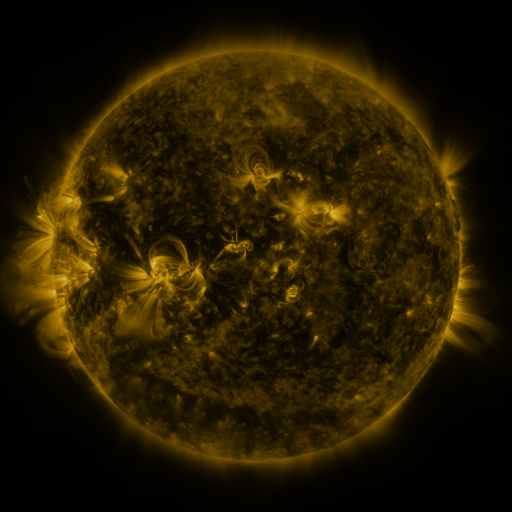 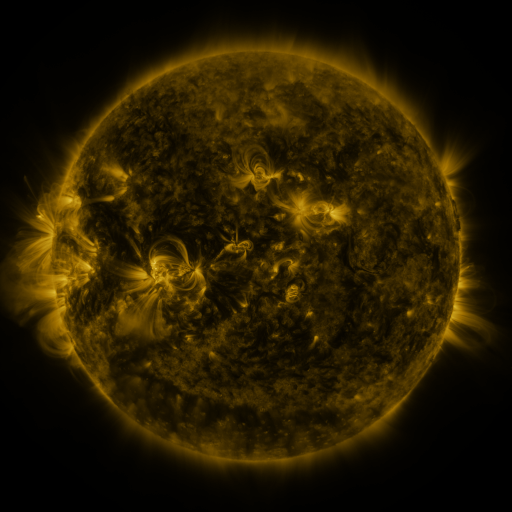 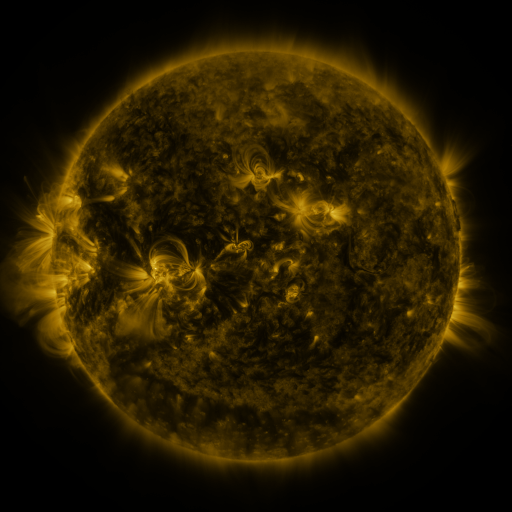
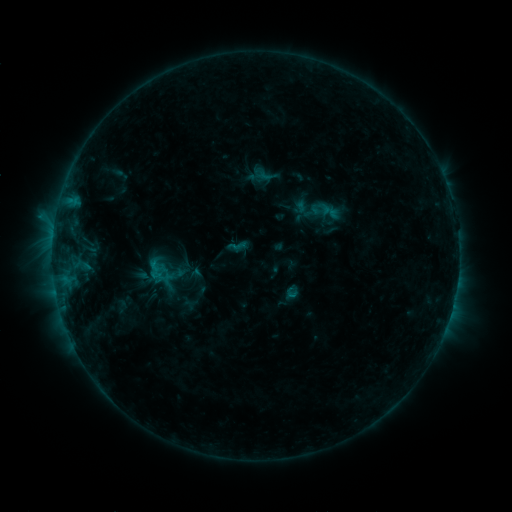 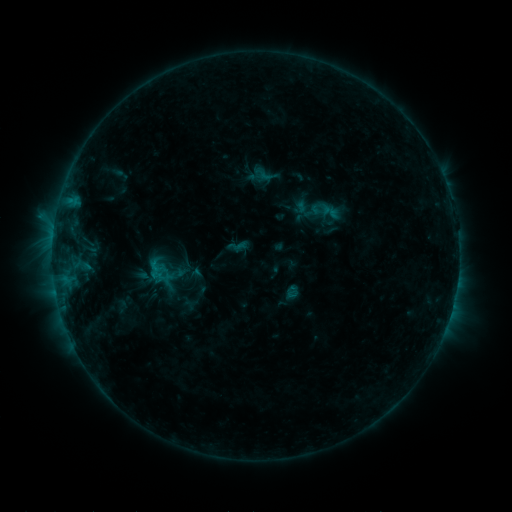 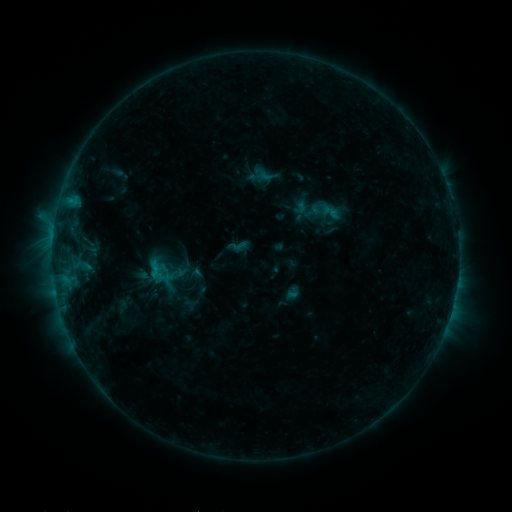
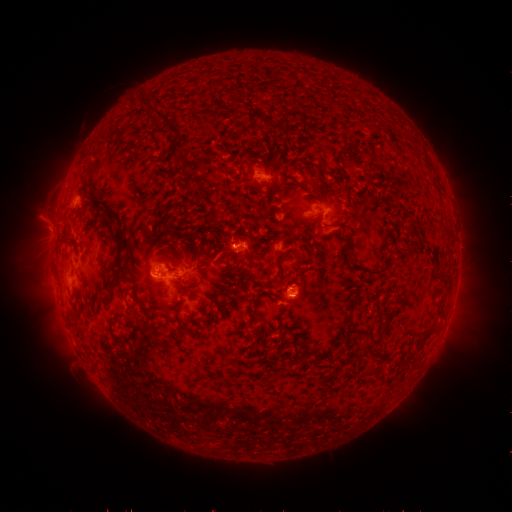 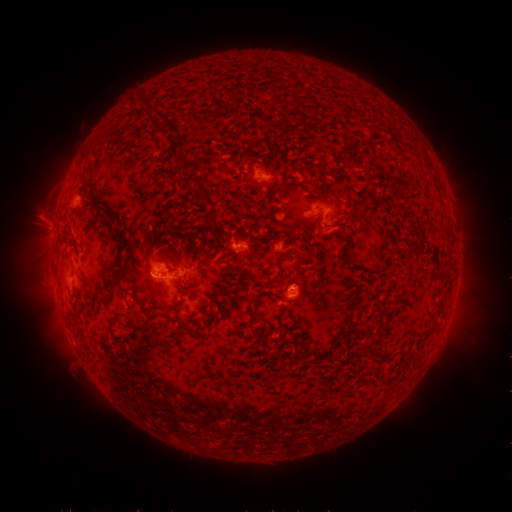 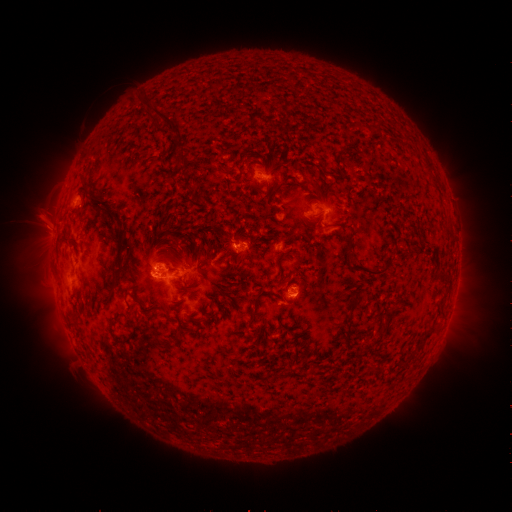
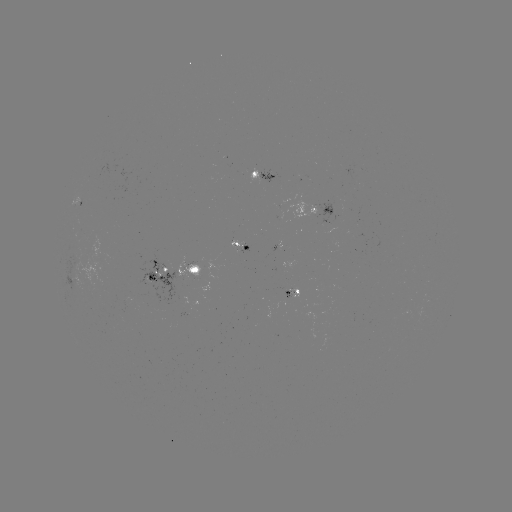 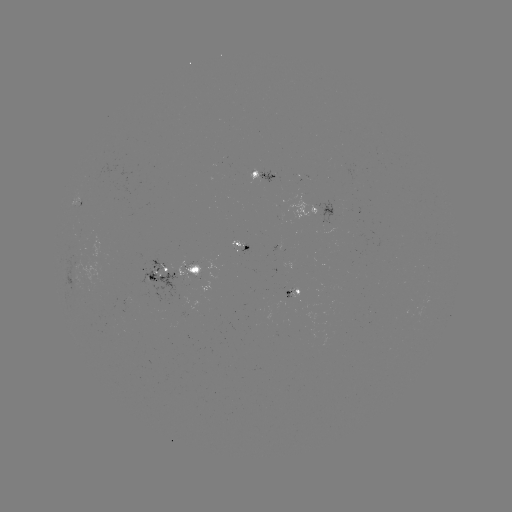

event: eruption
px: (49, 232)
